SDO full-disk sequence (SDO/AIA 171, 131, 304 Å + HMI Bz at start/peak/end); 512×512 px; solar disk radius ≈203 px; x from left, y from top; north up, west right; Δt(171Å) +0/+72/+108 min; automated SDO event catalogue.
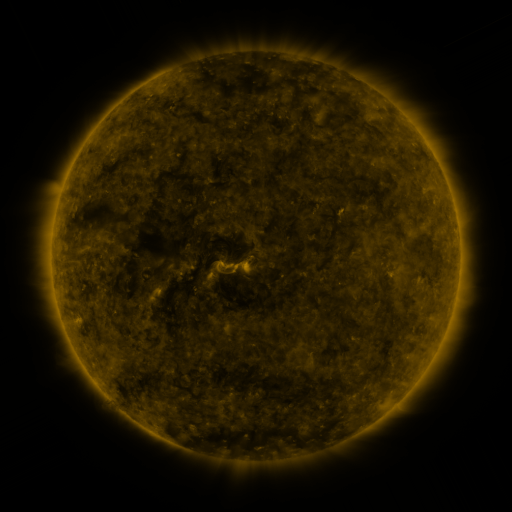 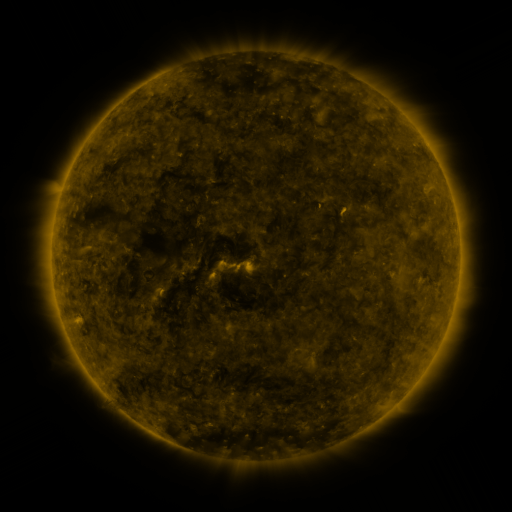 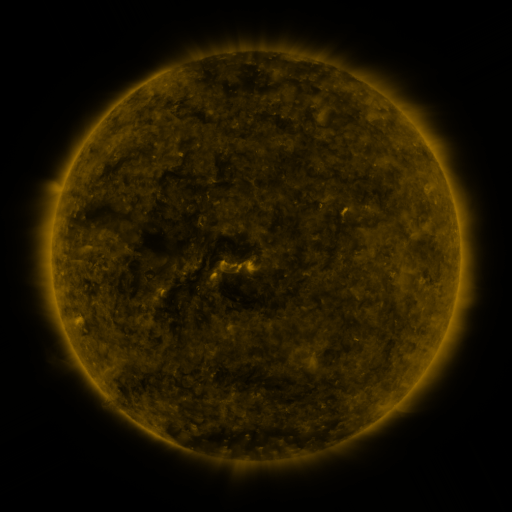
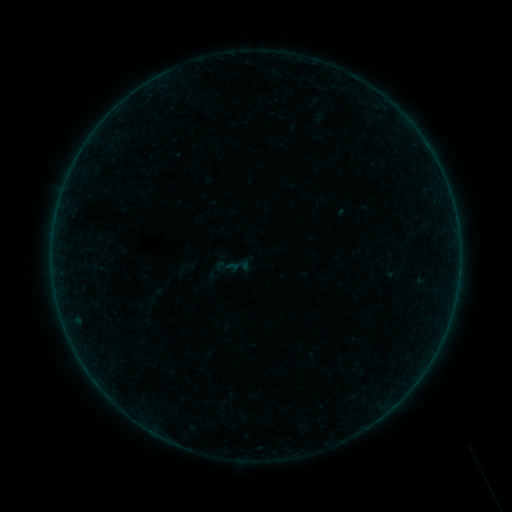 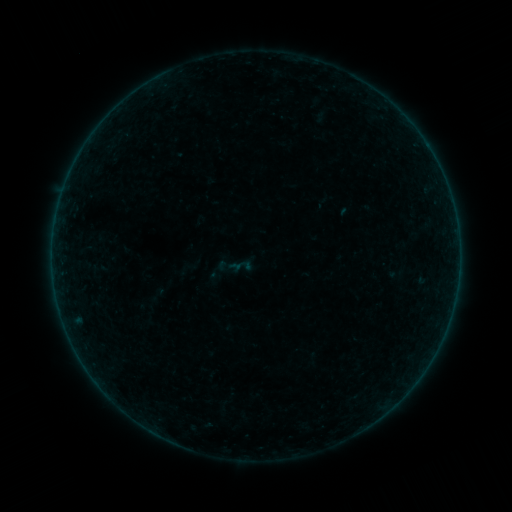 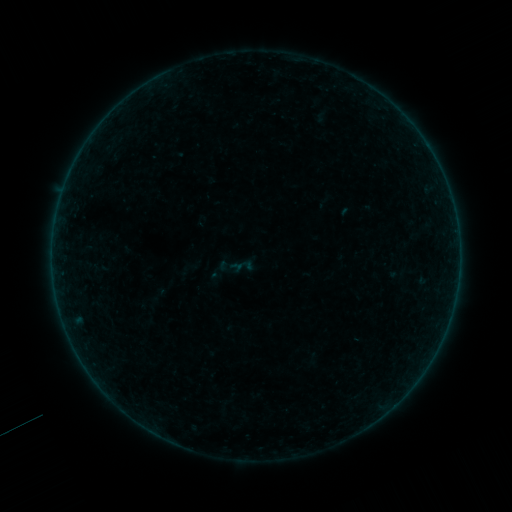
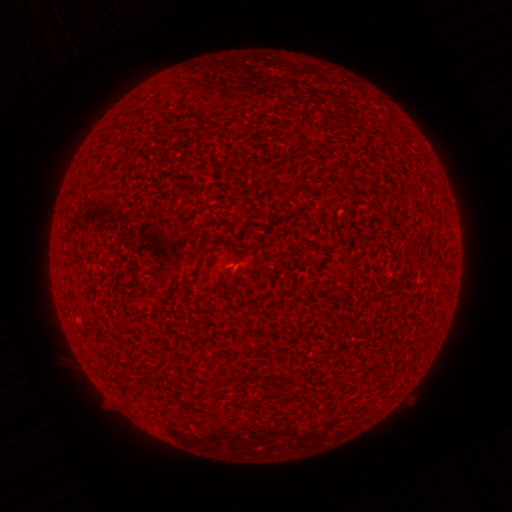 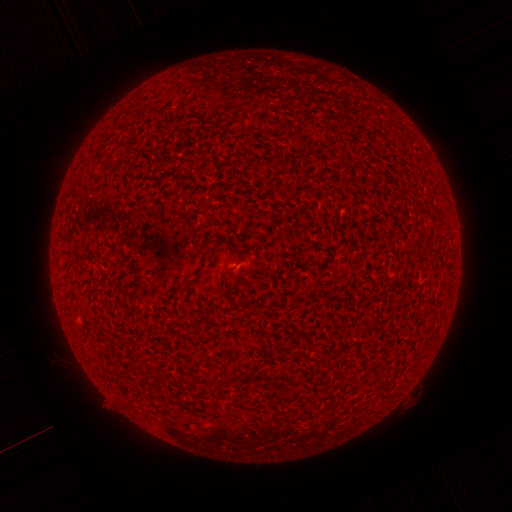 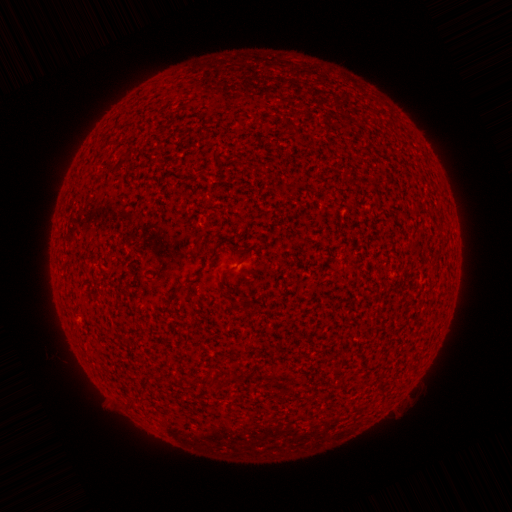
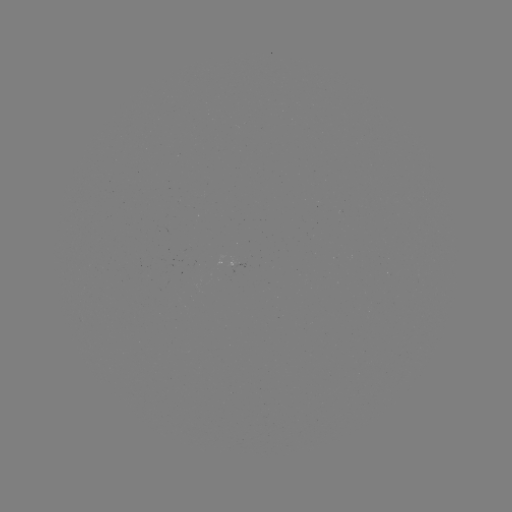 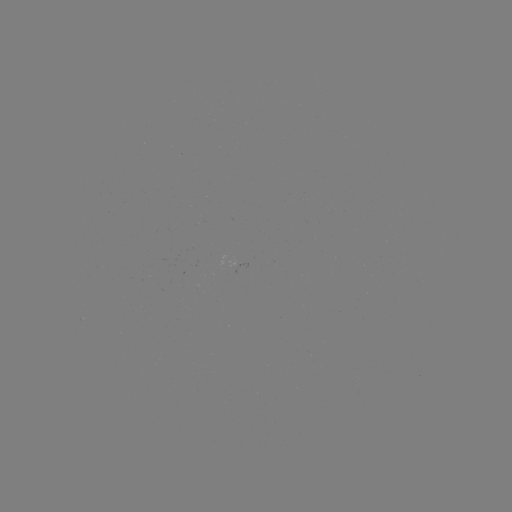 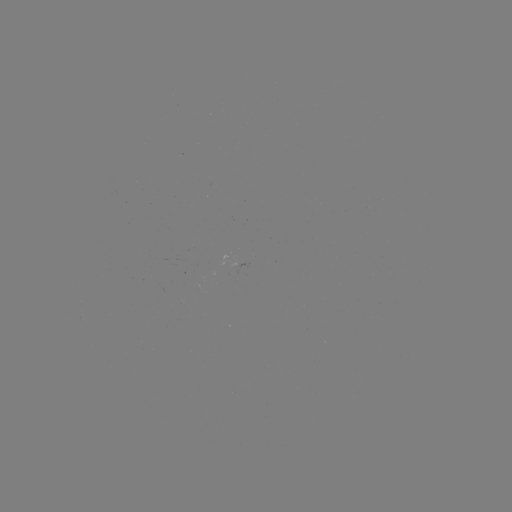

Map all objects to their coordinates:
emerging-flux region: (239, 263)
